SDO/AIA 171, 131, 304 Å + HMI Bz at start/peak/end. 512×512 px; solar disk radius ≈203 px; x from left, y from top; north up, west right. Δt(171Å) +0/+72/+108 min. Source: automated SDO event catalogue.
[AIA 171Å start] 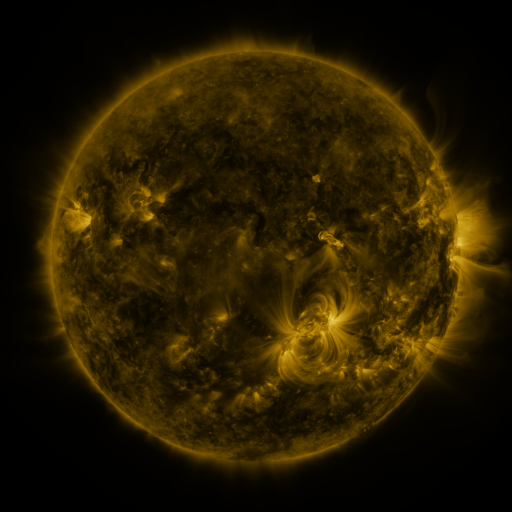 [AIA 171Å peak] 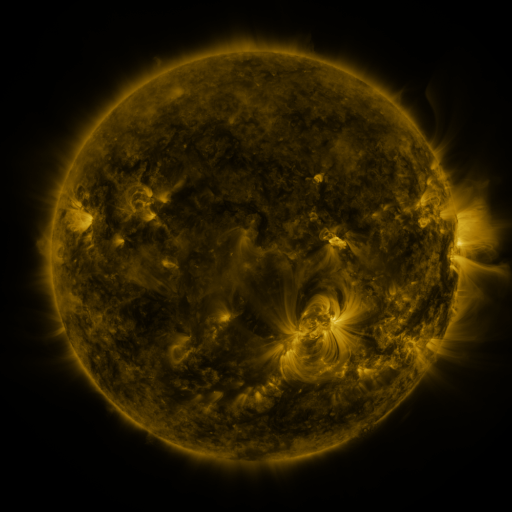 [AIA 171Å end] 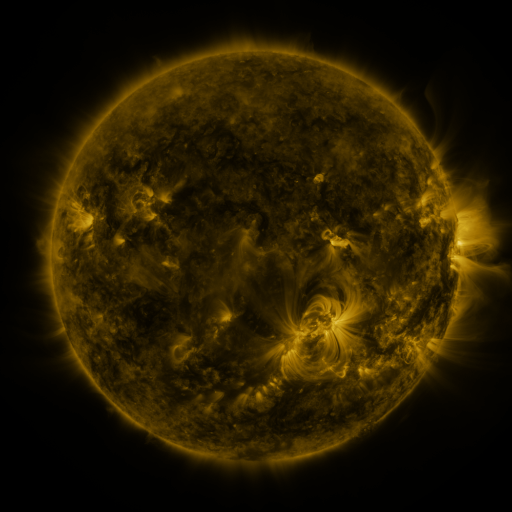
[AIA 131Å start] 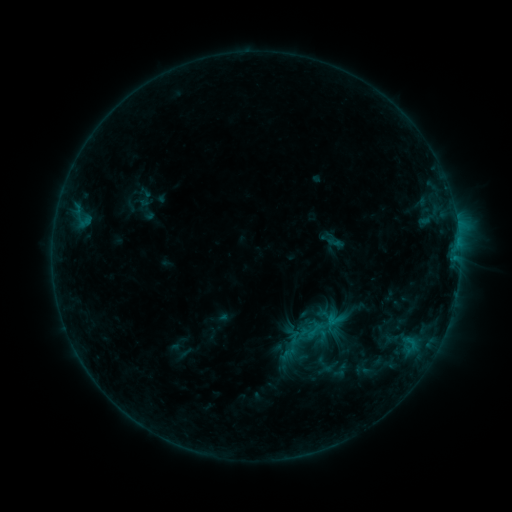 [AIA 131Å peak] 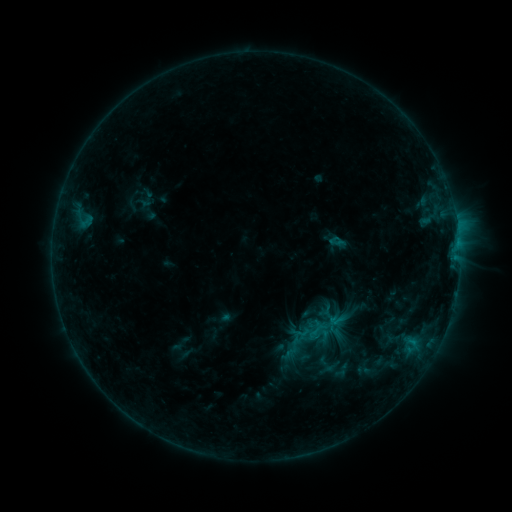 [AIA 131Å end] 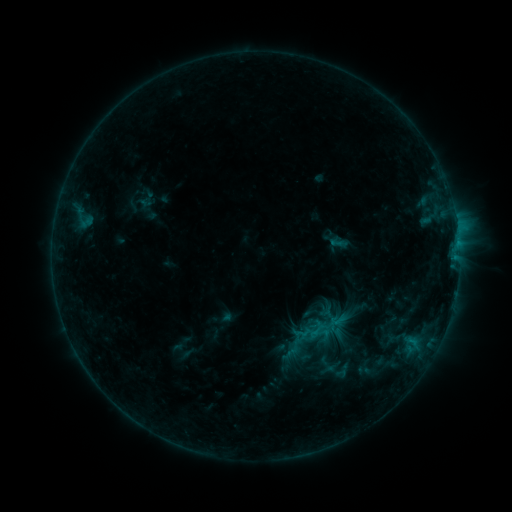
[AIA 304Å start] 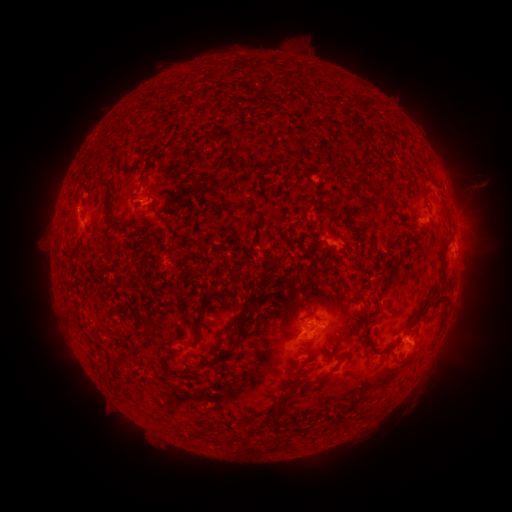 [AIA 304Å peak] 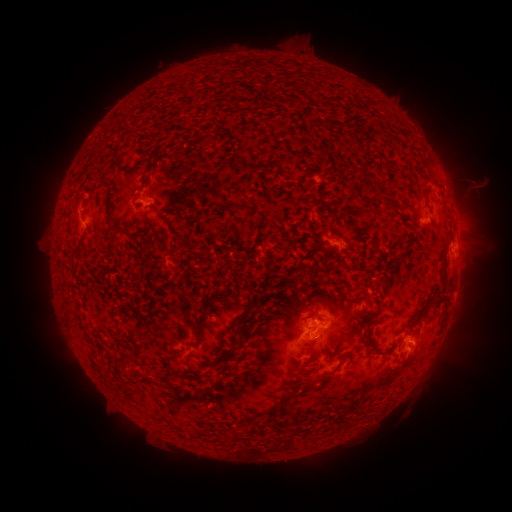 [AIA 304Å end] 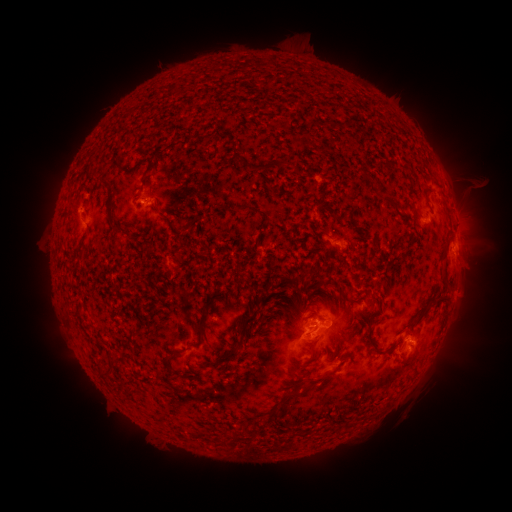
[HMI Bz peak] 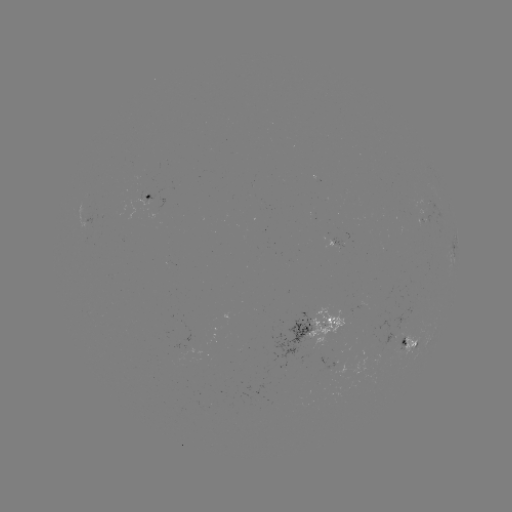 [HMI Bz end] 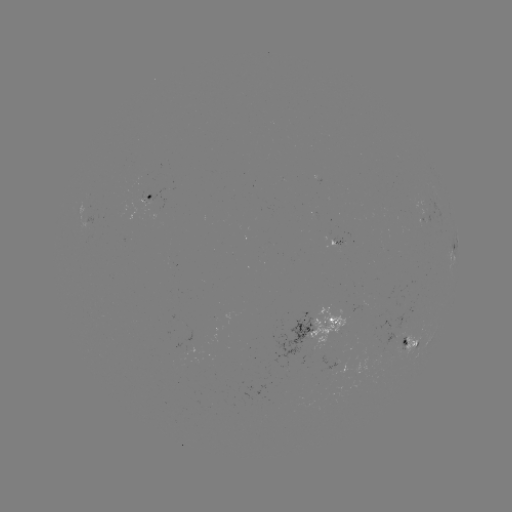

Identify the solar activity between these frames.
emerging-flux region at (422, 215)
